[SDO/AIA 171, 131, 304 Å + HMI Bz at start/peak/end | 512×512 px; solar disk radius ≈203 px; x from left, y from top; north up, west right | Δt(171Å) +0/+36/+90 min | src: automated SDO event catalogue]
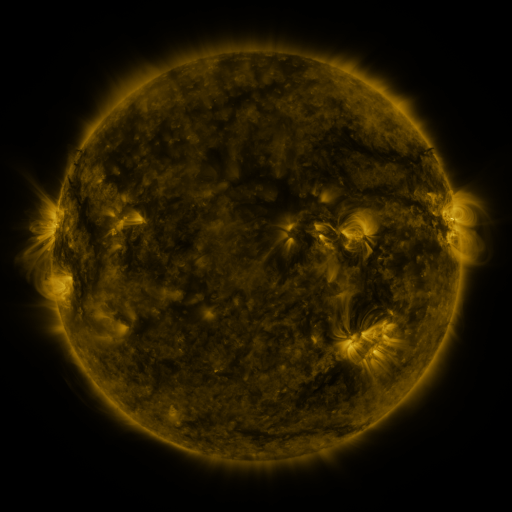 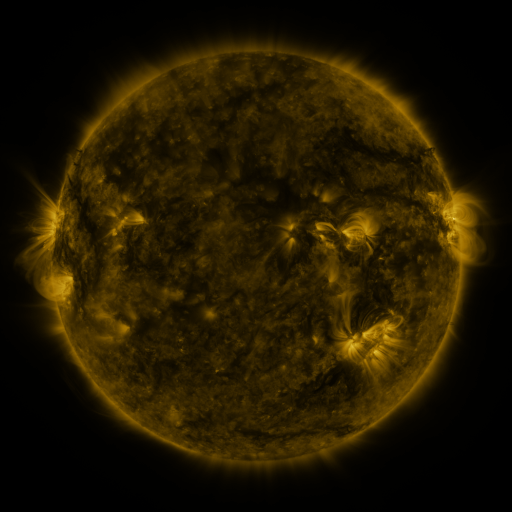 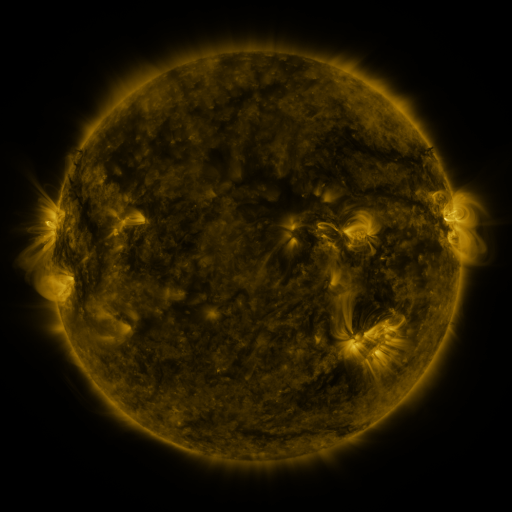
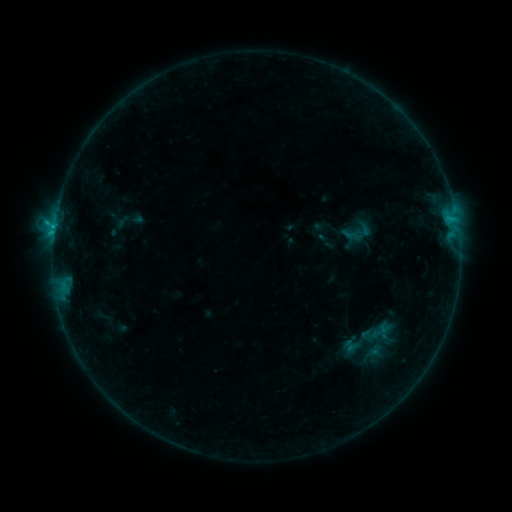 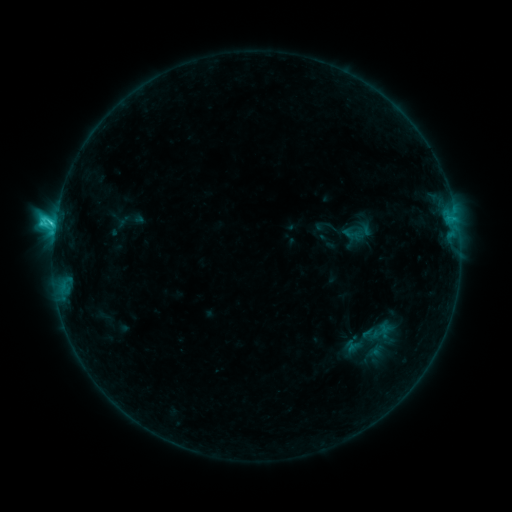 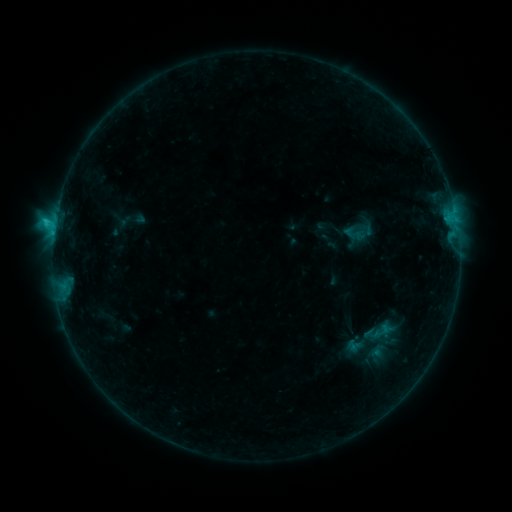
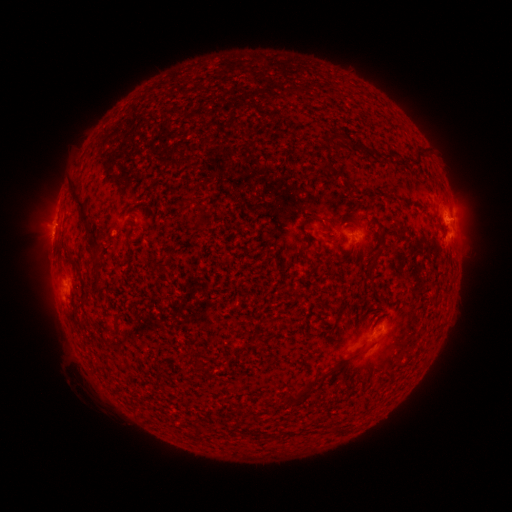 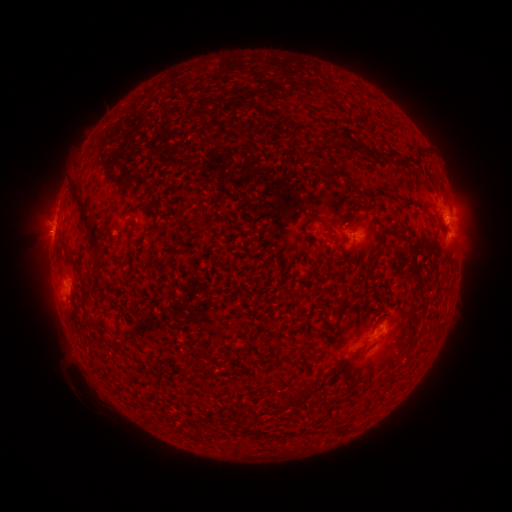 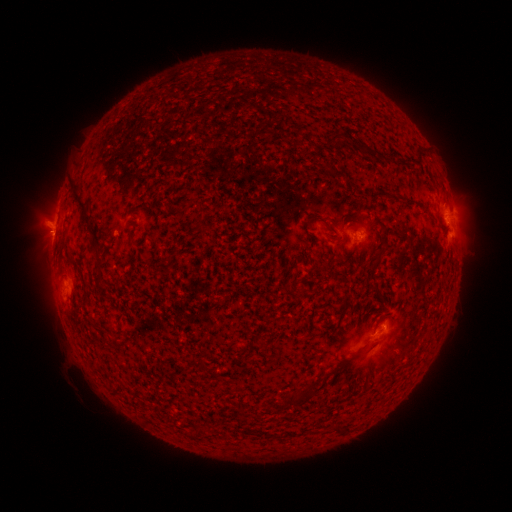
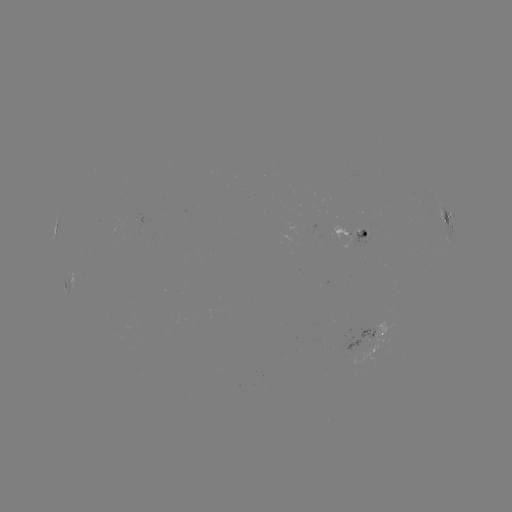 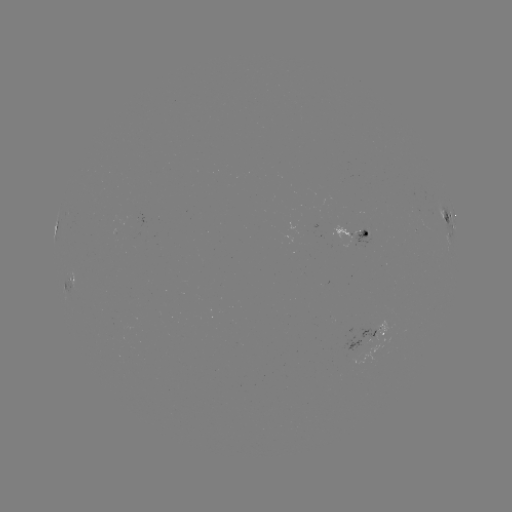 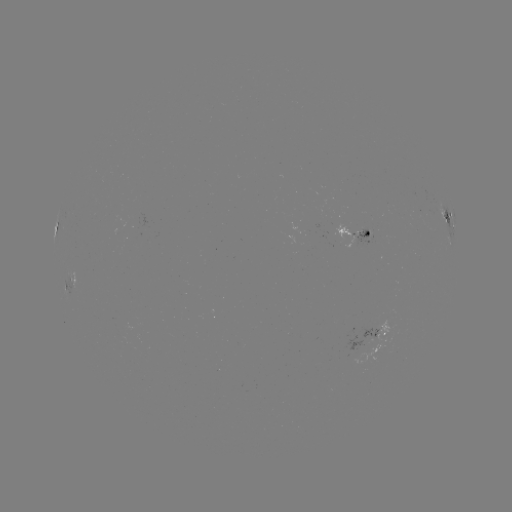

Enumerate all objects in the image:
C2.7 flare: (55, 224)
